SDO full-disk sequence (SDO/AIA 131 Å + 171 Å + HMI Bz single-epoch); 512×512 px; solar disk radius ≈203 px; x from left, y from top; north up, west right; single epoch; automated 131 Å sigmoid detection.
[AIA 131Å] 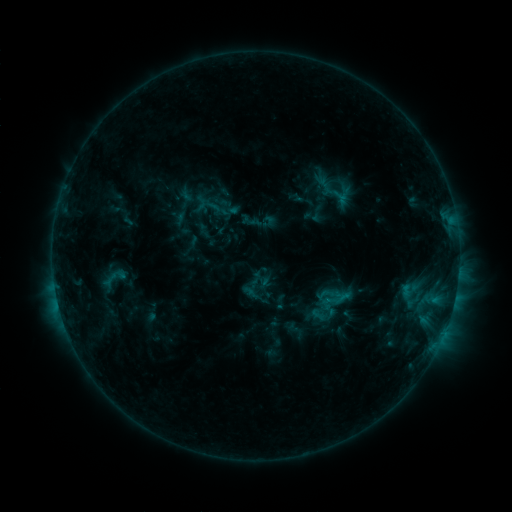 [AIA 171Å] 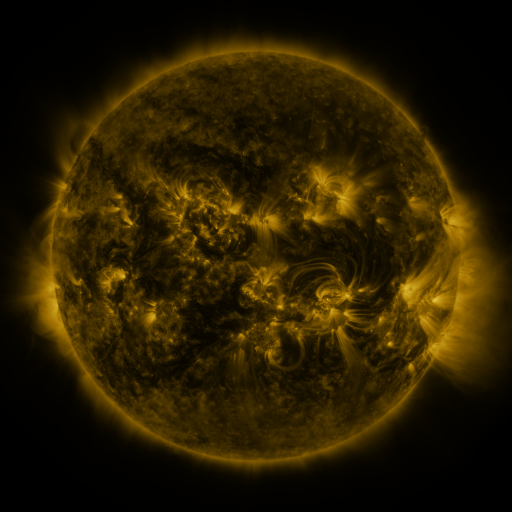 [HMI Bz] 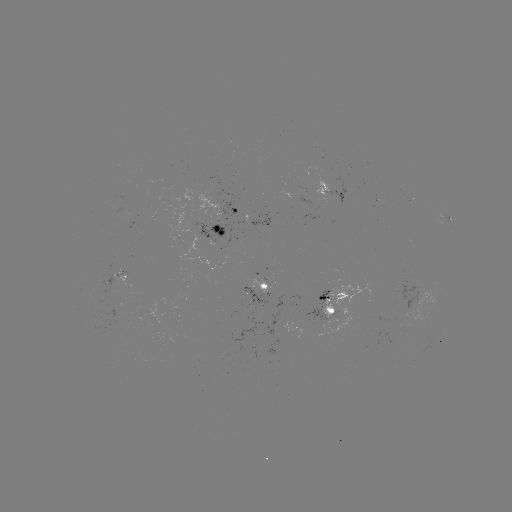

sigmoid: (97, 264, 131, 293)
